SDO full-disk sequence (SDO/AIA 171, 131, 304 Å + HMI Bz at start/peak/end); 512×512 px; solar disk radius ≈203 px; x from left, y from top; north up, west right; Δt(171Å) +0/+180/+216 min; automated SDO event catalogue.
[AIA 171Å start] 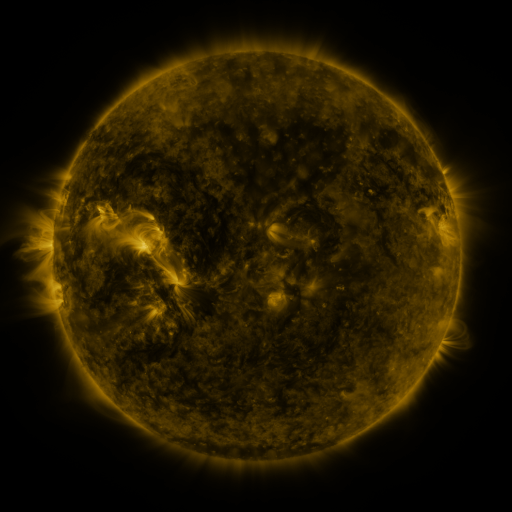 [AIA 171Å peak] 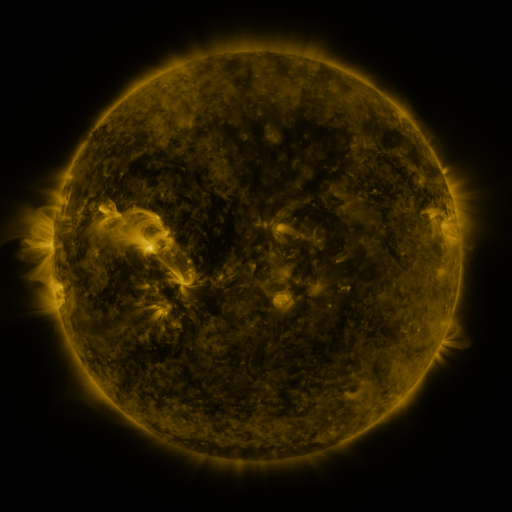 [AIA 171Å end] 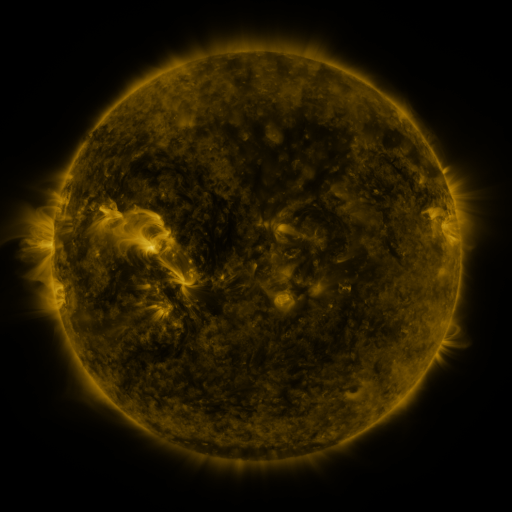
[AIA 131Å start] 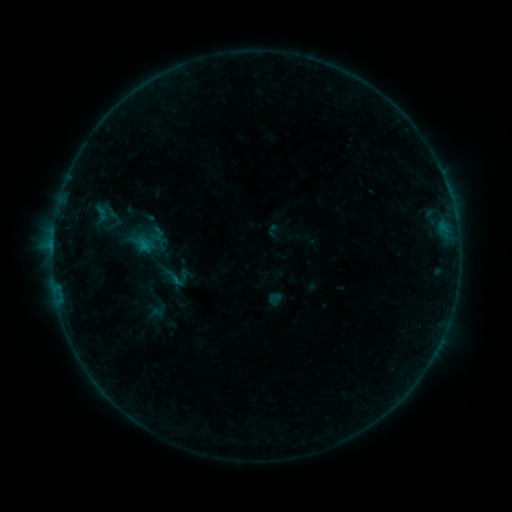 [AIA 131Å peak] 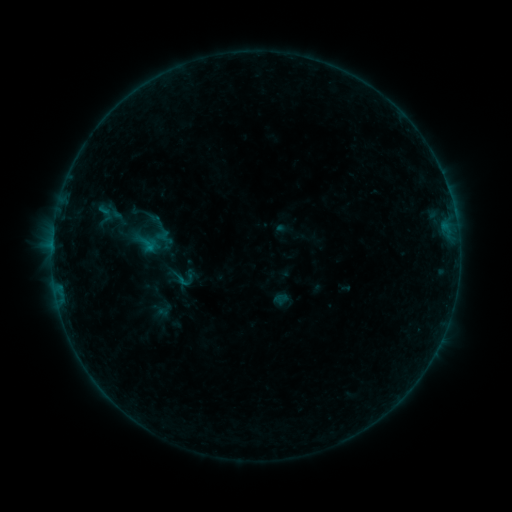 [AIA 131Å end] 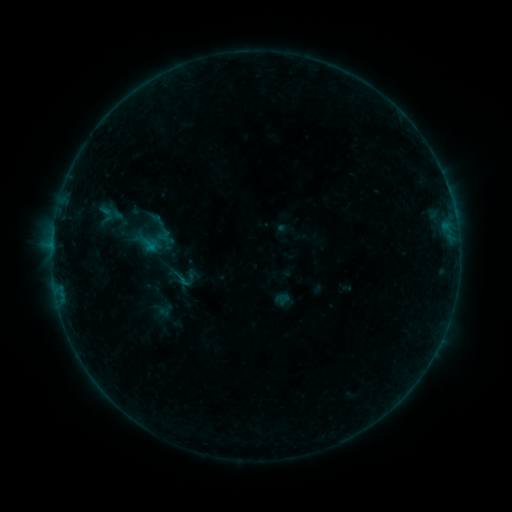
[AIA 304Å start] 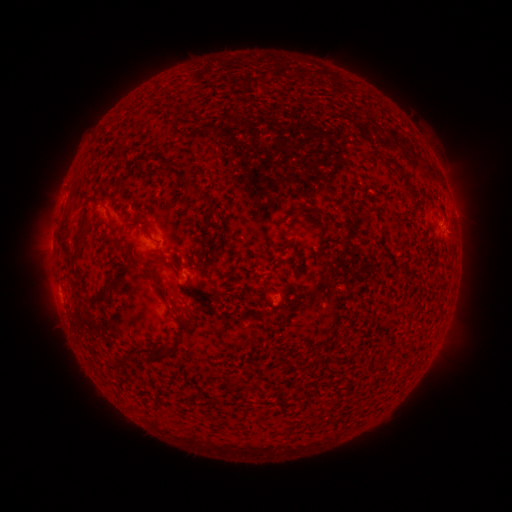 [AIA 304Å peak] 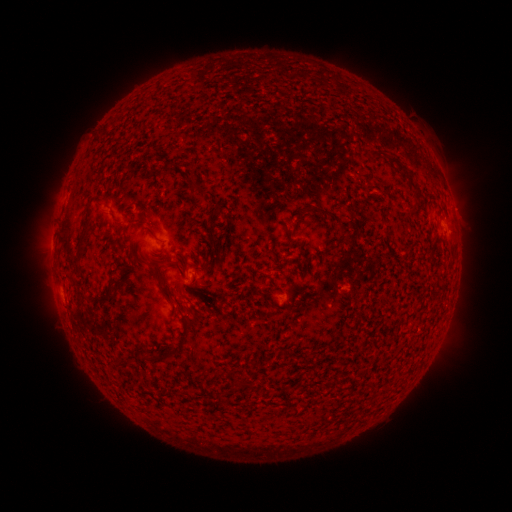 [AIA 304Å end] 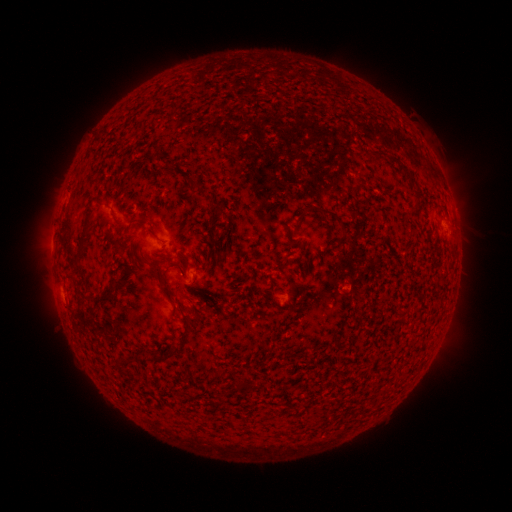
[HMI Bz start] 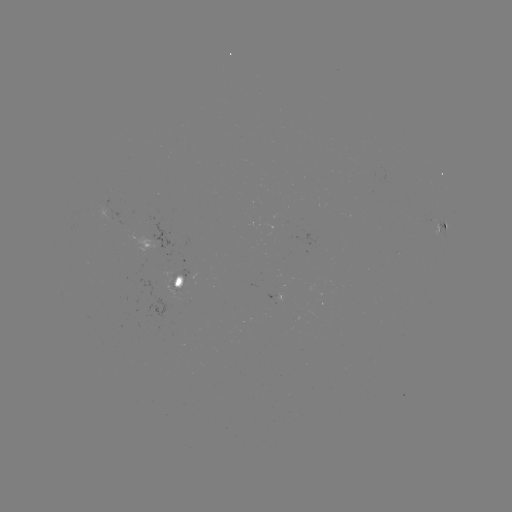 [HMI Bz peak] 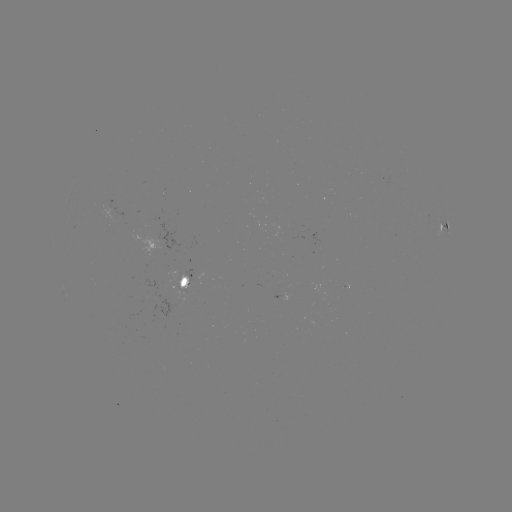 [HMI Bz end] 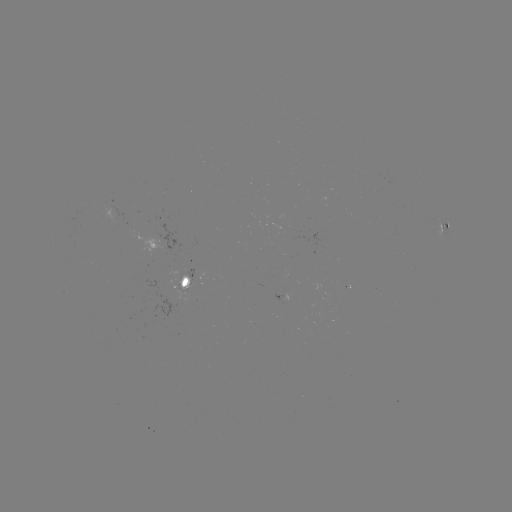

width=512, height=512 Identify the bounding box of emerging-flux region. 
[165, 271, 194, 301].